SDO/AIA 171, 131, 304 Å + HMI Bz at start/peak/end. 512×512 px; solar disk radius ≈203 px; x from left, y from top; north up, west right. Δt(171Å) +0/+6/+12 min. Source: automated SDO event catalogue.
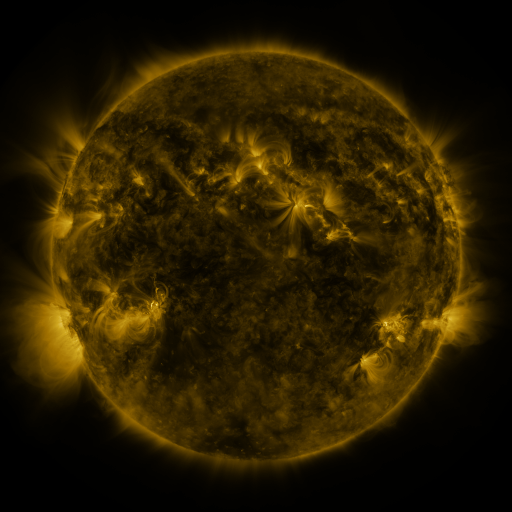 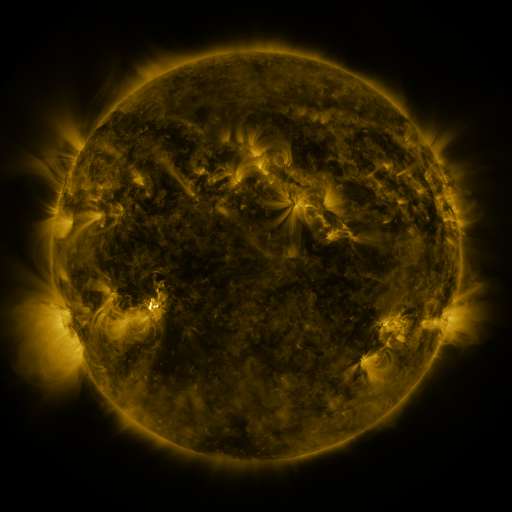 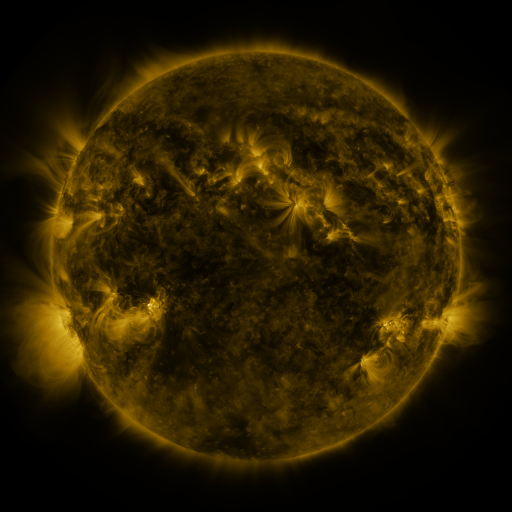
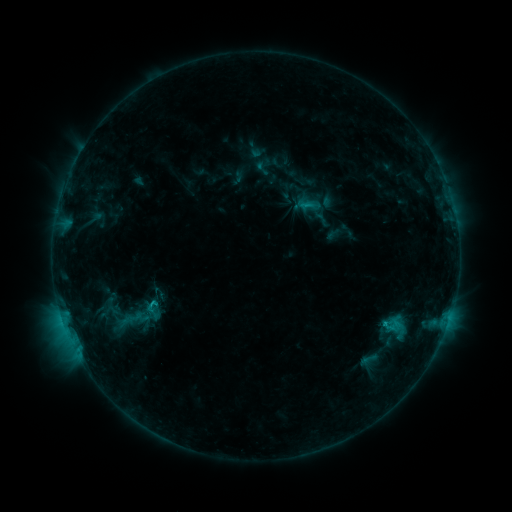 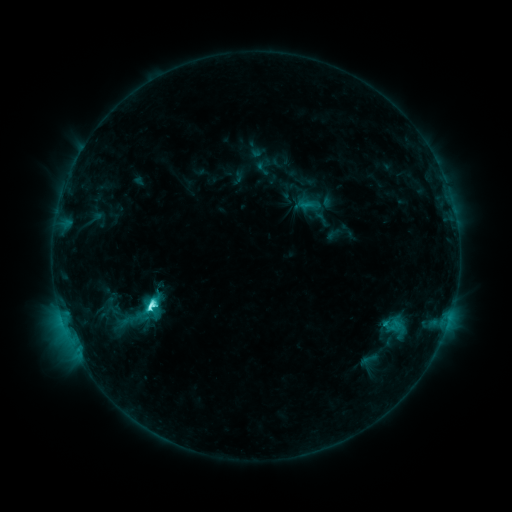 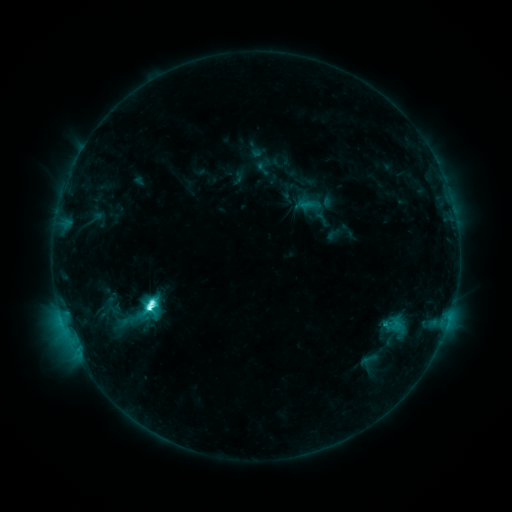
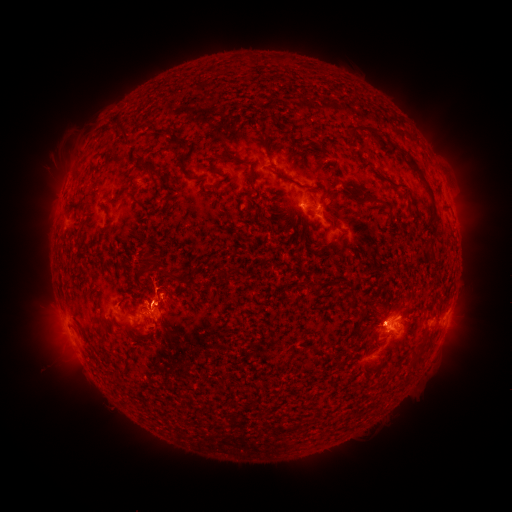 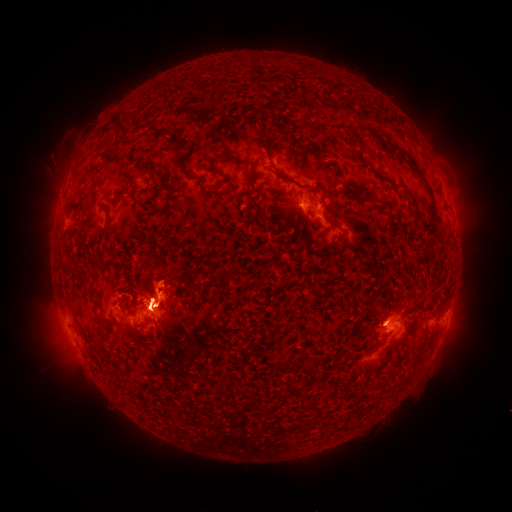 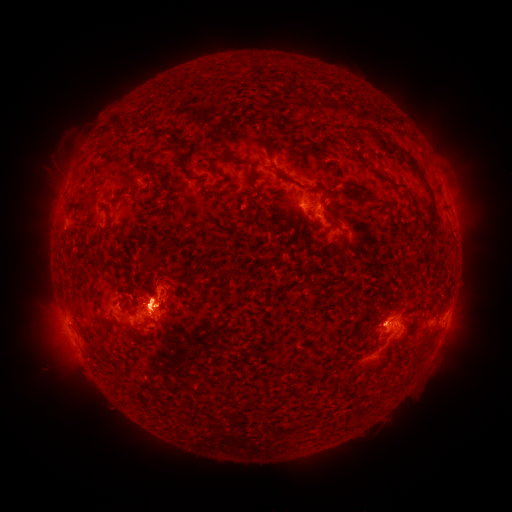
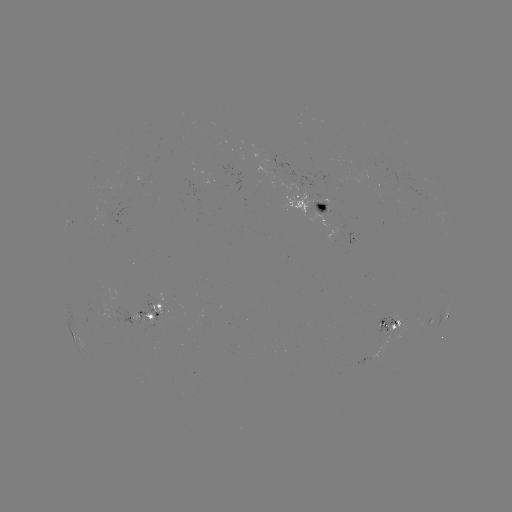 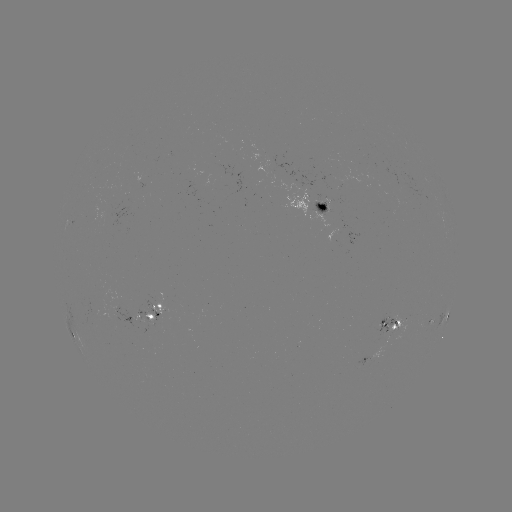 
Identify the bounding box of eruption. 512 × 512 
[118, 243, 235, 370].